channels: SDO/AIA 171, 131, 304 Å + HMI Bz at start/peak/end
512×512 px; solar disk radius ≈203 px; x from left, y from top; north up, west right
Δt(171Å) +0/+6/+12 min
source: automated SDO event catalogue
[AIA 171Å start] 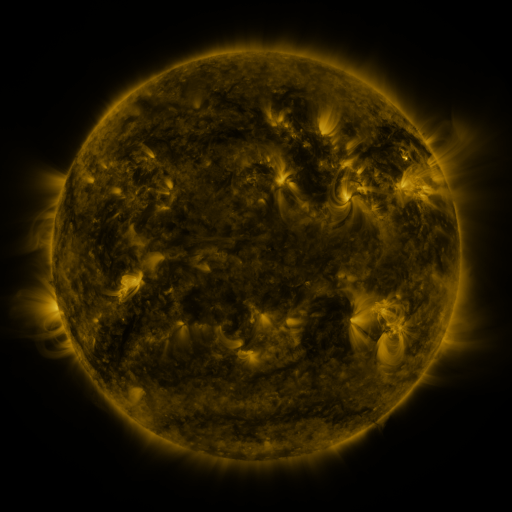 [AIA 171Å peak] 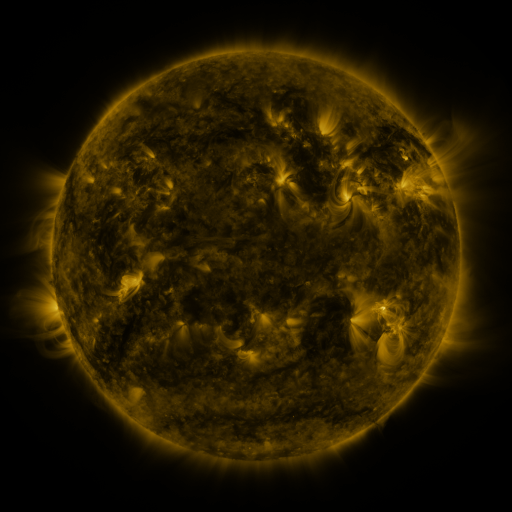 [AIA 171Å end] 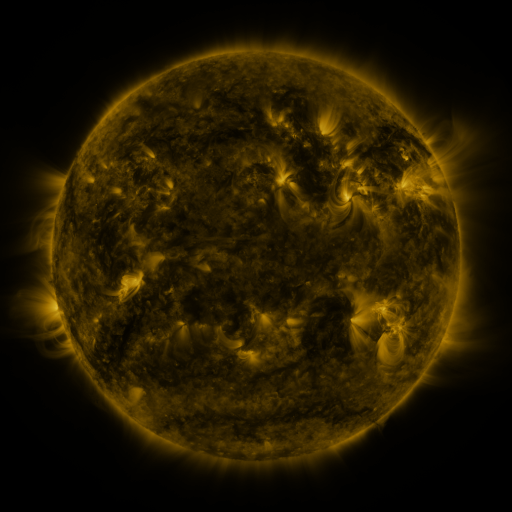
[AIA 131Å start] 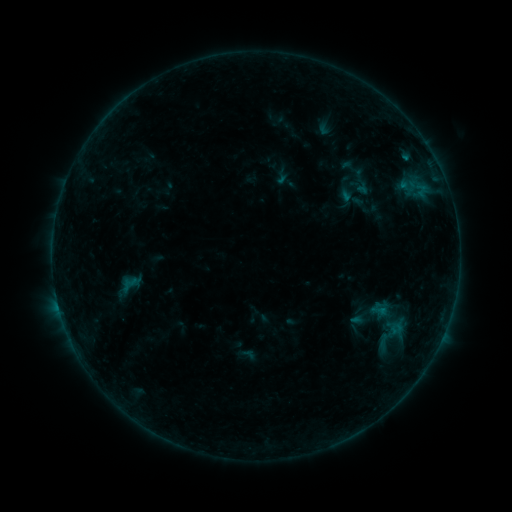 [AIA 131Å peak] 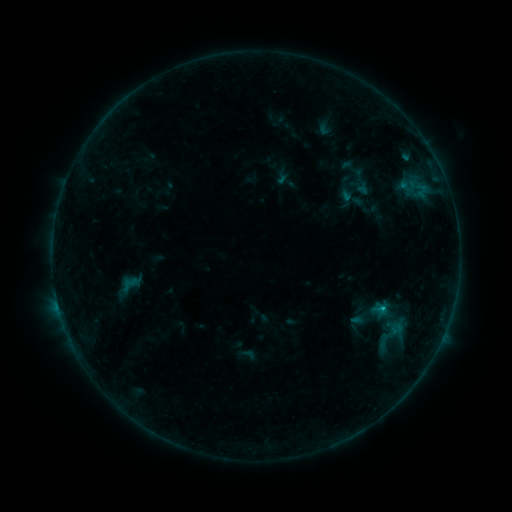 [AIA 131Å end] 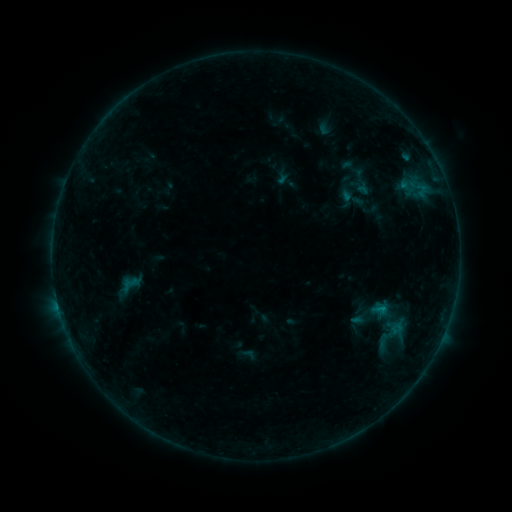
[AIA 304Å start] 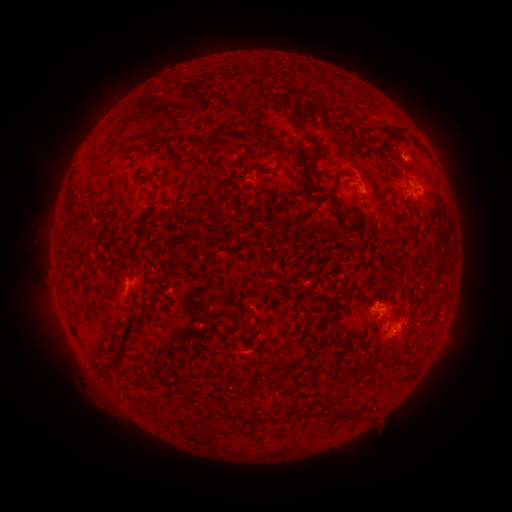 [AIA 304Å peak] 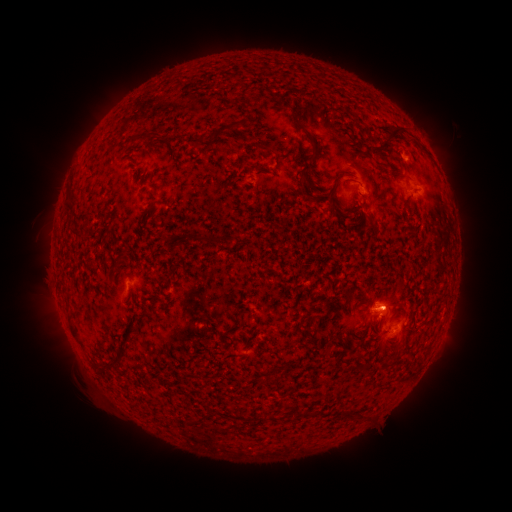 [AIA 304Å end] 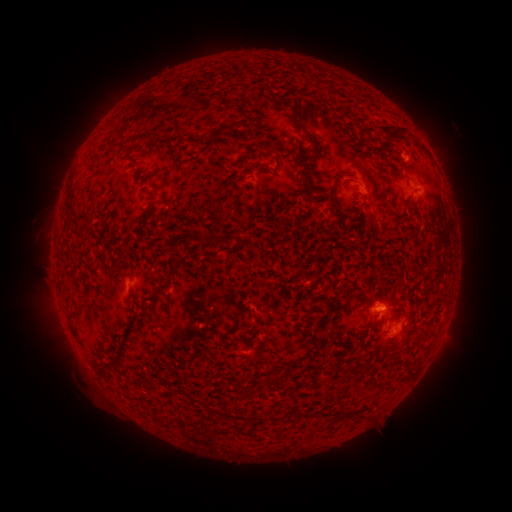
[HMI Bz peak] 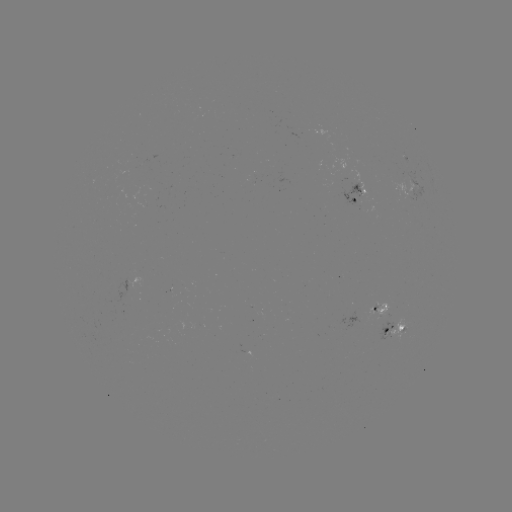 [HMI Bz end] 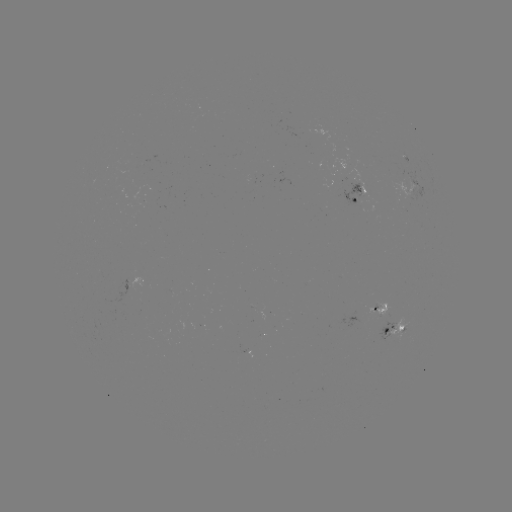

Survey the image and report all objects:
B5.7 flare: (381, 307)
